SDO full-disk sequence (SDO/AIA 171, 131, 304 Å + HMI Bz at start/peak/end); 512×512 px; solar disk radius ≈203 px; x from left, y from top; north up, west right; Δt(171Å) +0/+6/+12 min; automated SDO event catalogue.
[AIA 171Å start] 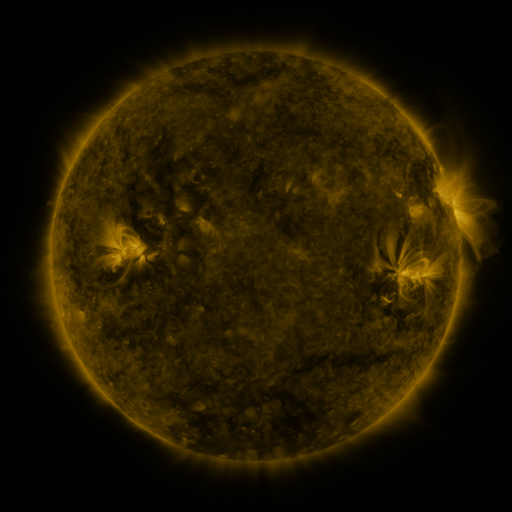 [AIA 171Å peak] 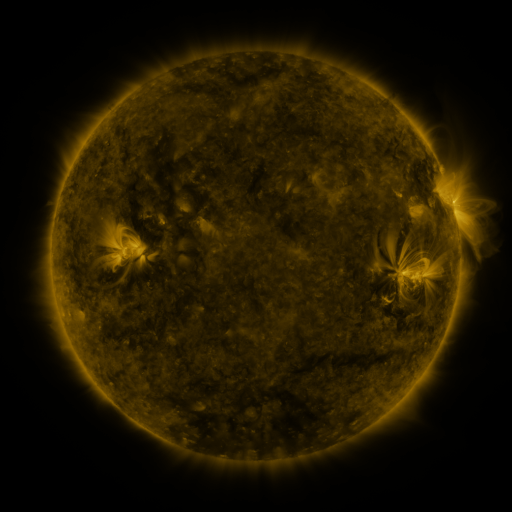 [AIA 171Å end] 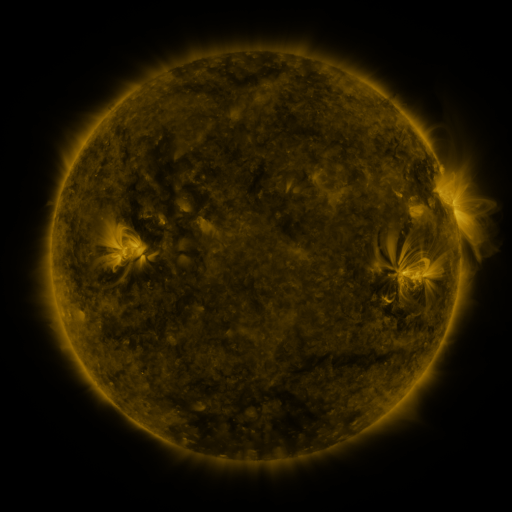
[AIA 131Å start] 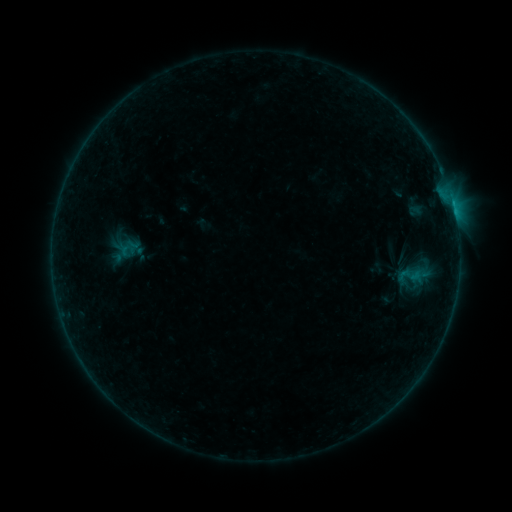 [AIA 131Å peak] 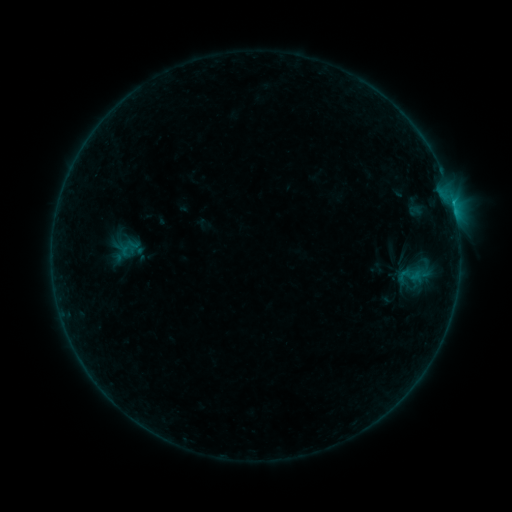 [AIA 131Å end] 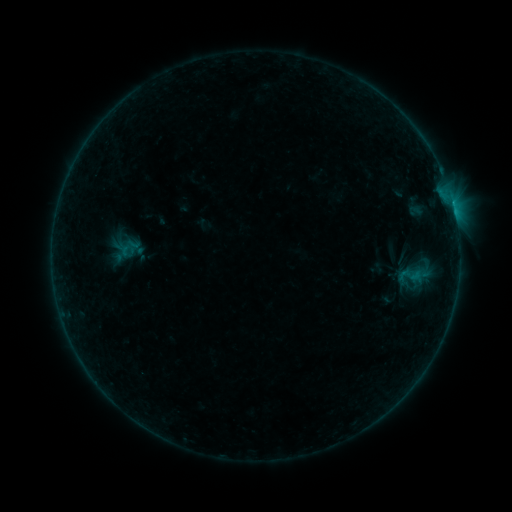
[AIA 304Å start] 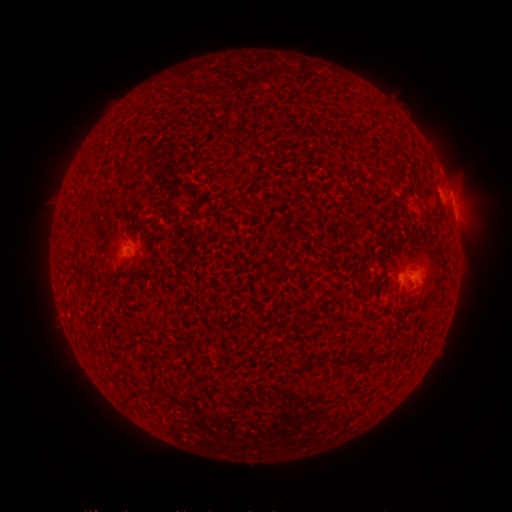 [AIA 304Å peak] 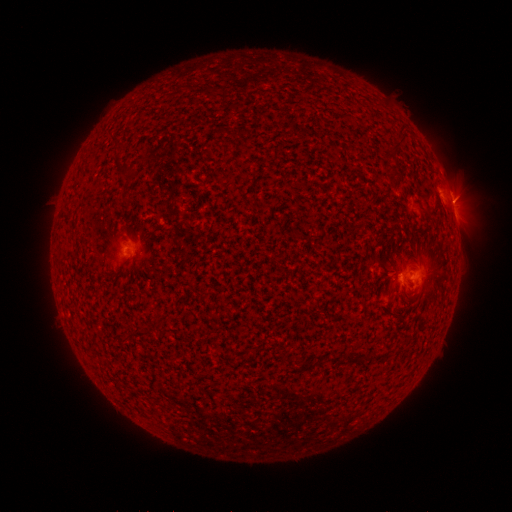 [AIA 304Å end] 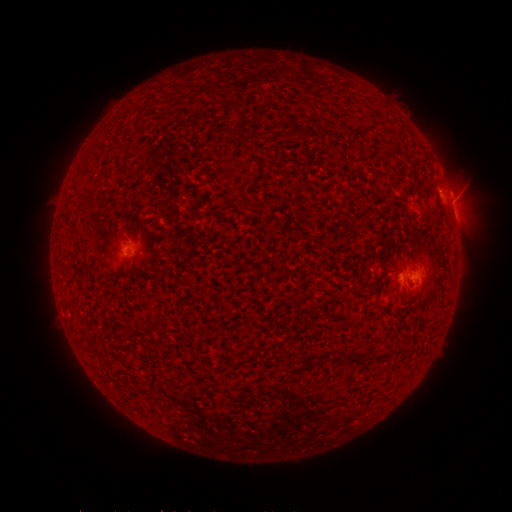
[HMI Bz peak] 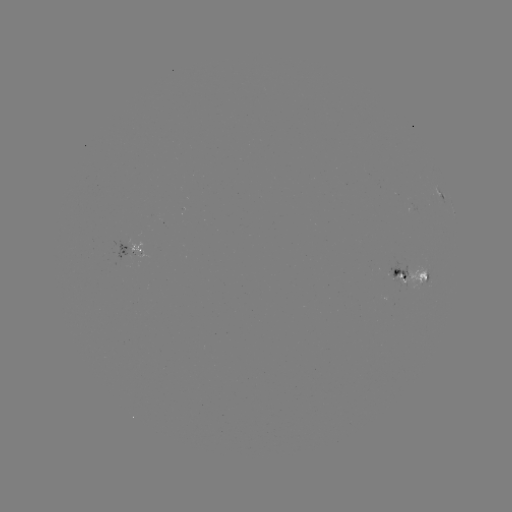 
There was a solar flare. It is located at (451, 201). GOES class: C1.2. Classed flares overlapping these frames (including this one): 1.